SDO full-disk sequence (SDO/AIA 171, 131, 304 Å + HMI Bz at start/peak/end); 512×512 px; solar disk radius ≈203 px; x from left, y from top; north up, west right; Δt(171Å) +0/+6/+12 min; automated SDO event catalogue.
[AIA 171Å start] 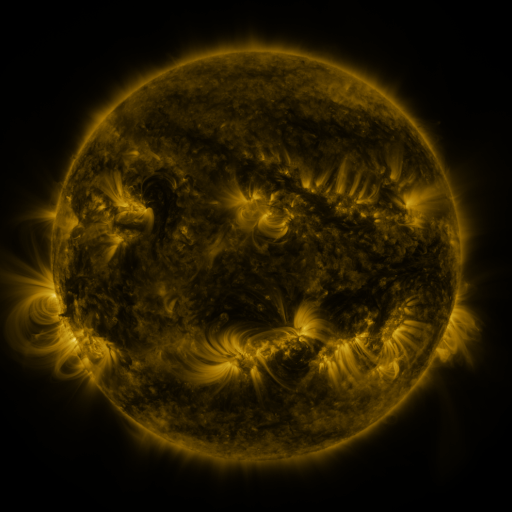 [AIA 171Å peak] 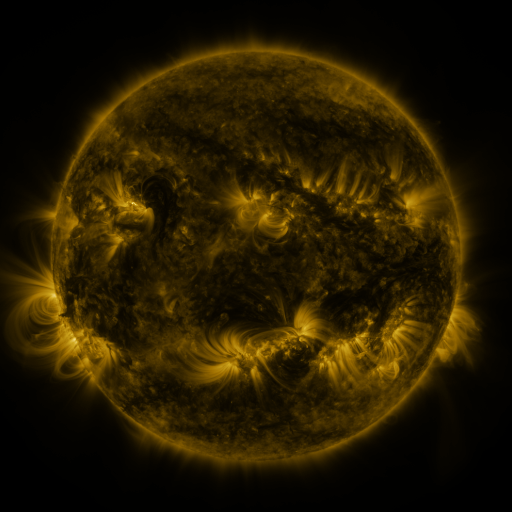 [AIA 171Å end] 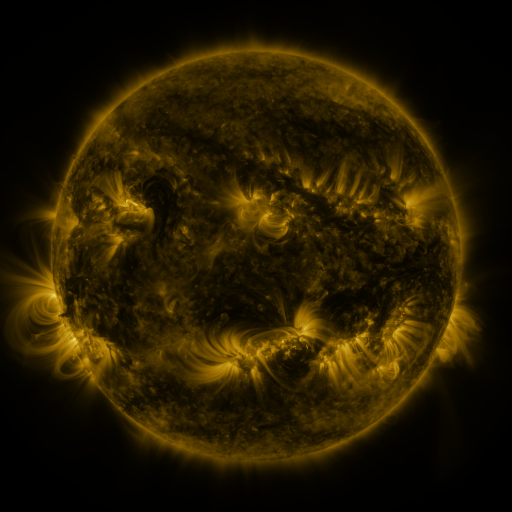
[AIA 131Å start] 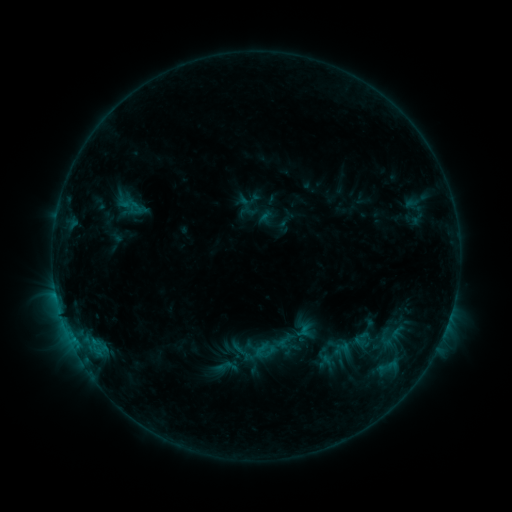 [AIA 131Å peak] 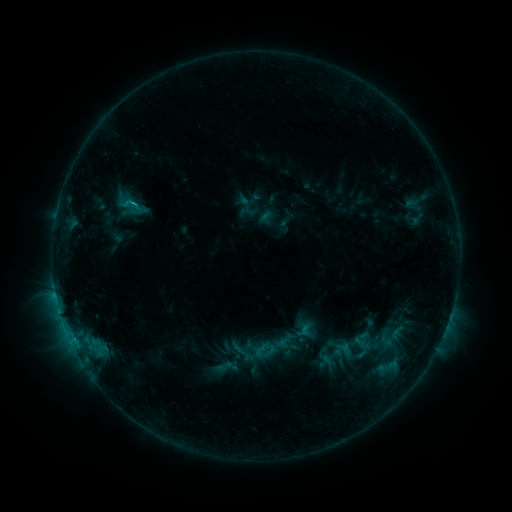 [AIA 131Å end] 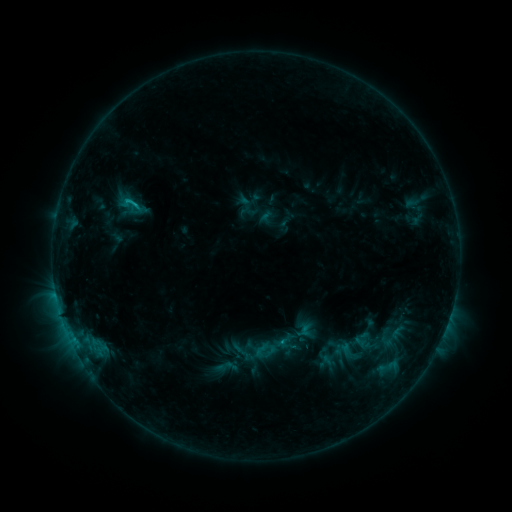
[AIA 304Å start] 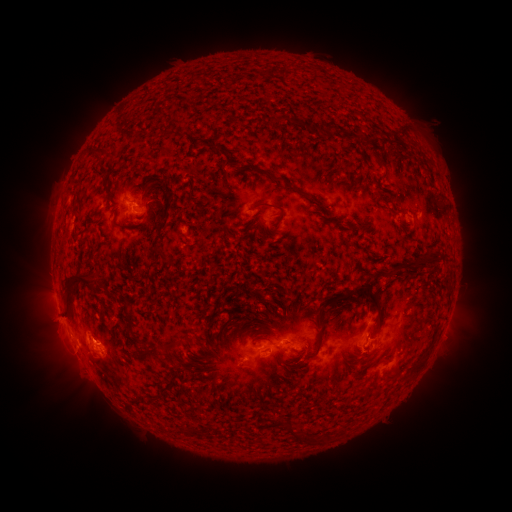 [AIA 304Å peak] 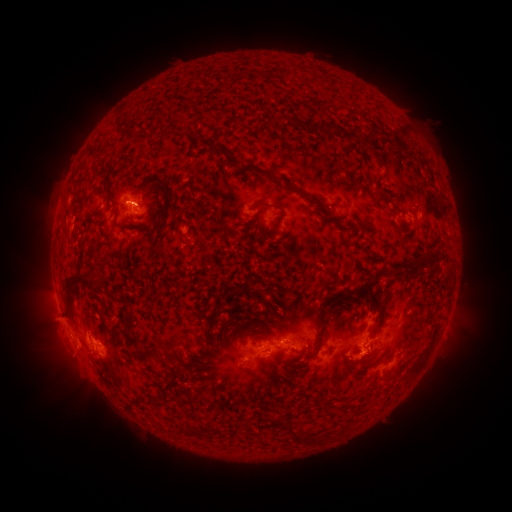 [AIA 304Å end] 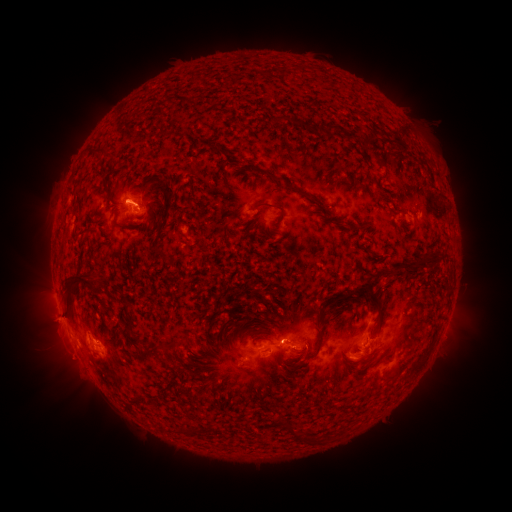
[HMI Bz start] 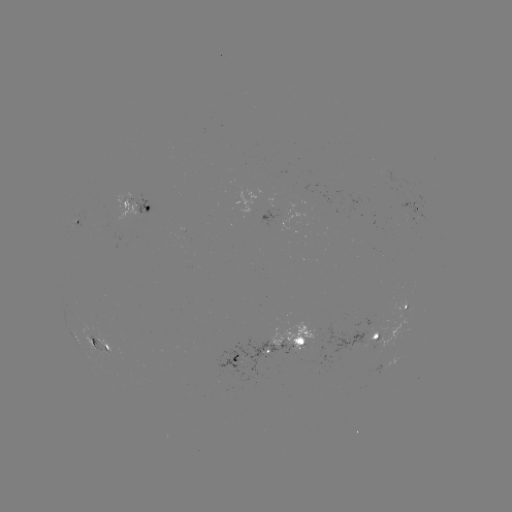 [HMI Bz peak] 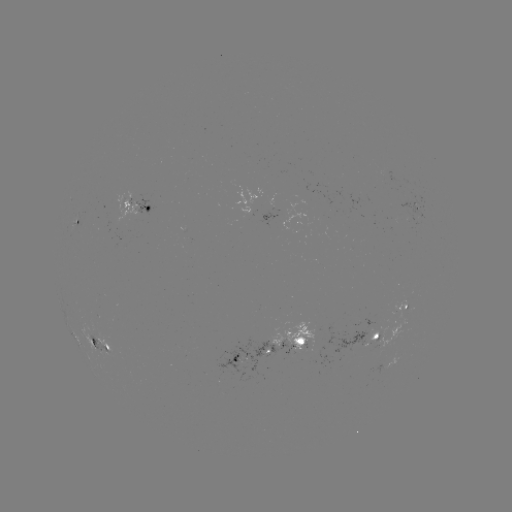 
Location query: C1.2 flare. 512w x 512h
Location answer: [137, 205].